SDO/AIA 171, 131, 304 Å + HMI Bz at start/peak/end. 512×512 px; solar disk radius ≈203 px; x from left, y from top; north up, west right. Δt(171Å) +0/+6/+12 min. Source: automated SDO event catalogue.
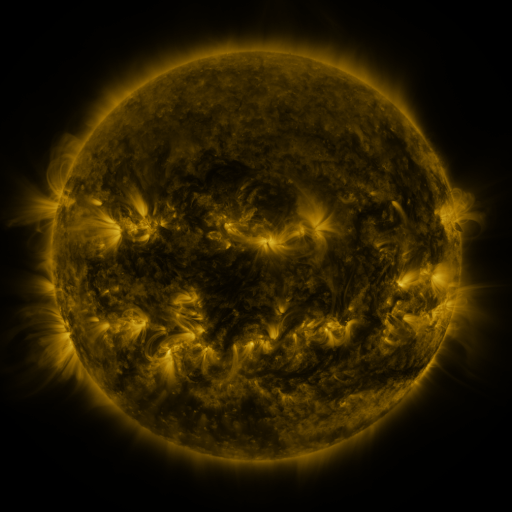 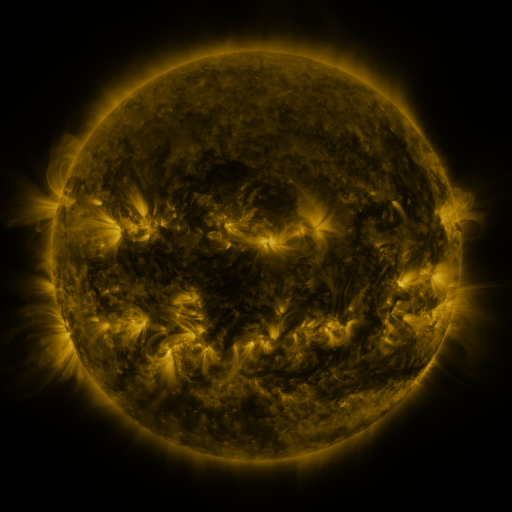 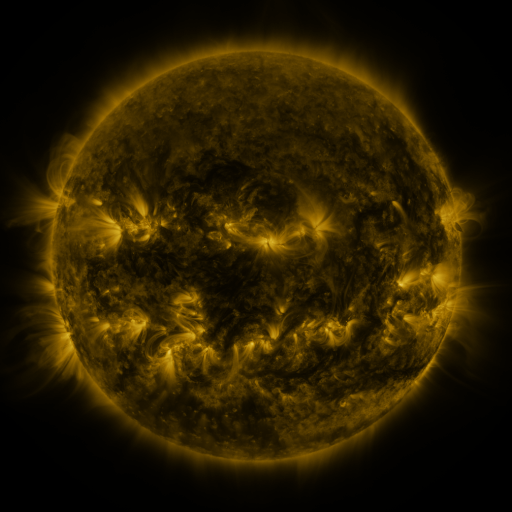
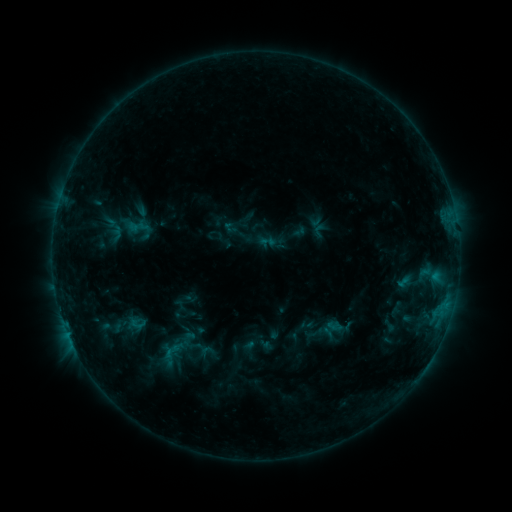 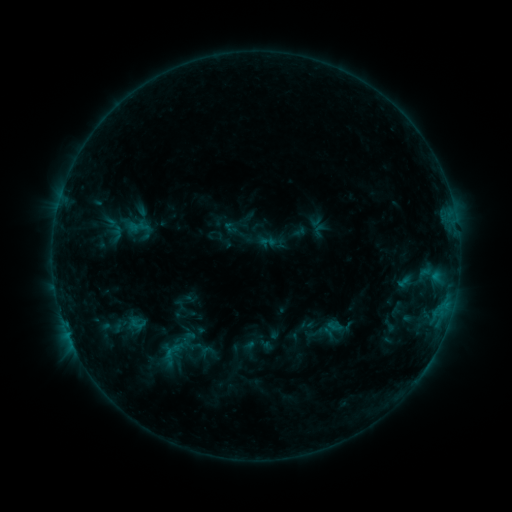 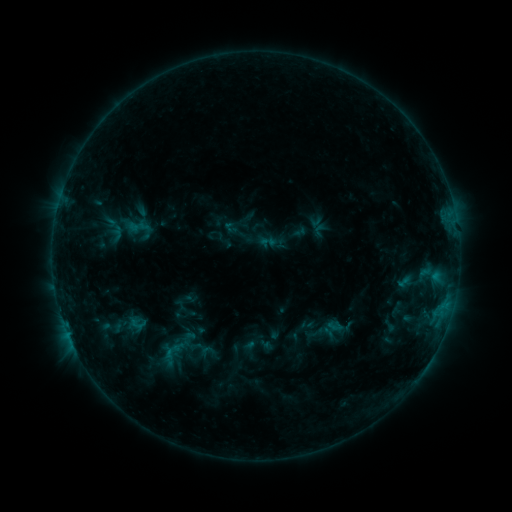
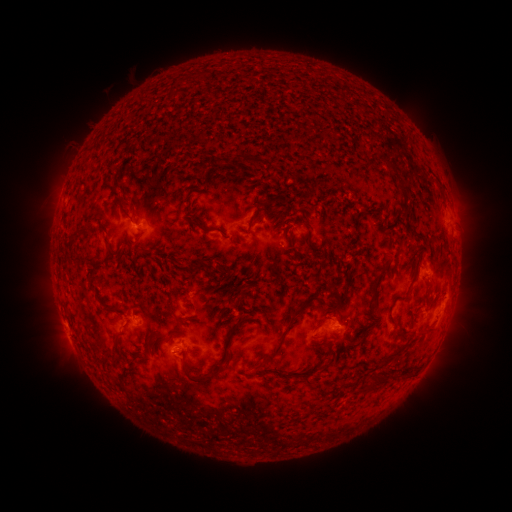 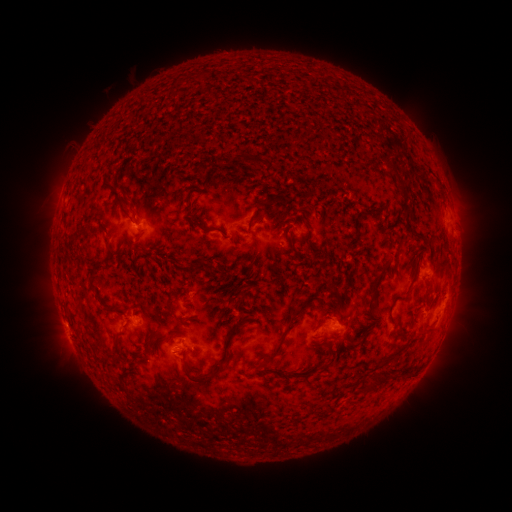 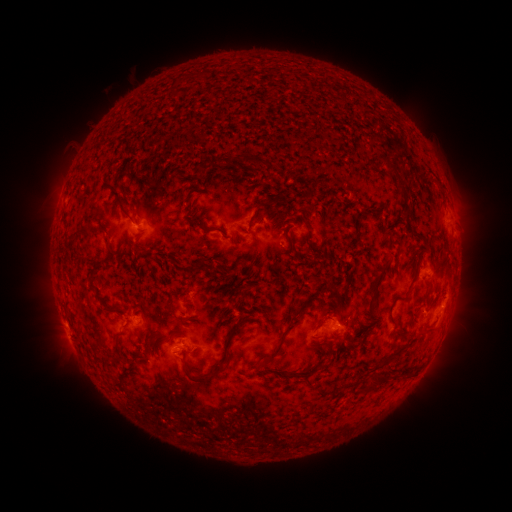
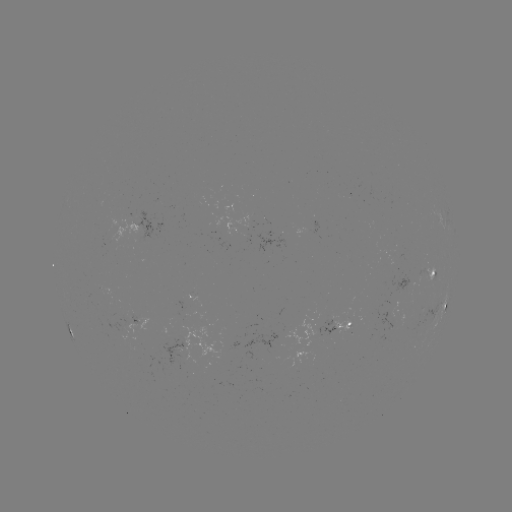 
no flare in any classed list; no EUV-trigger detection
